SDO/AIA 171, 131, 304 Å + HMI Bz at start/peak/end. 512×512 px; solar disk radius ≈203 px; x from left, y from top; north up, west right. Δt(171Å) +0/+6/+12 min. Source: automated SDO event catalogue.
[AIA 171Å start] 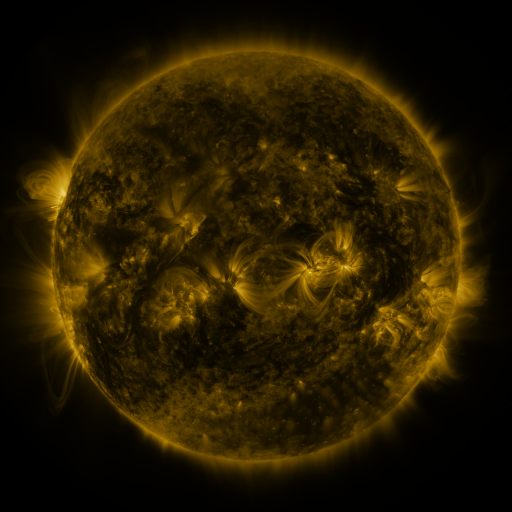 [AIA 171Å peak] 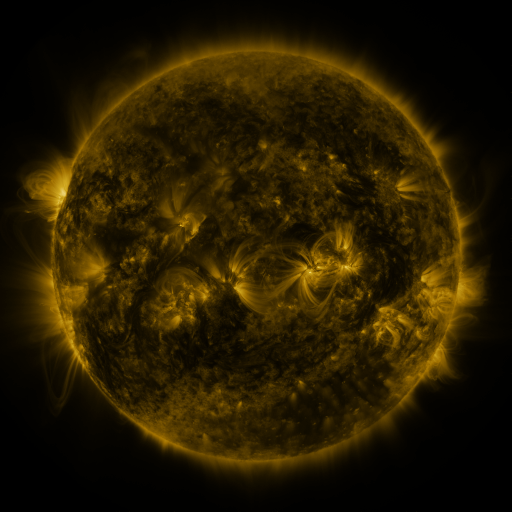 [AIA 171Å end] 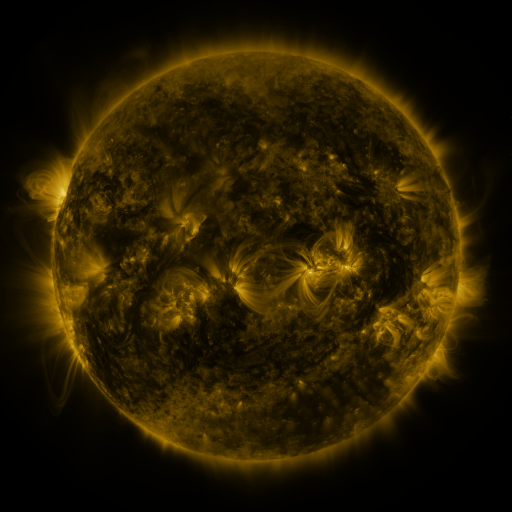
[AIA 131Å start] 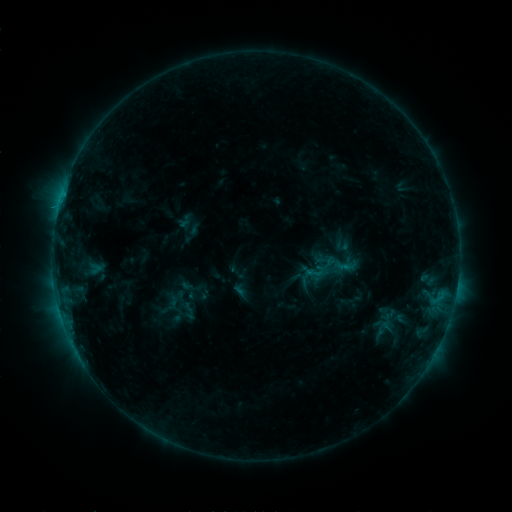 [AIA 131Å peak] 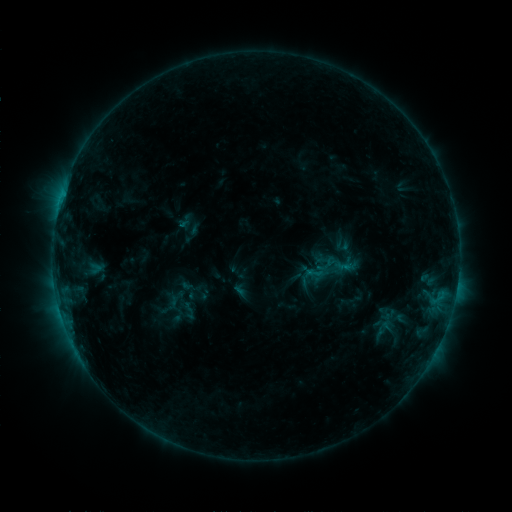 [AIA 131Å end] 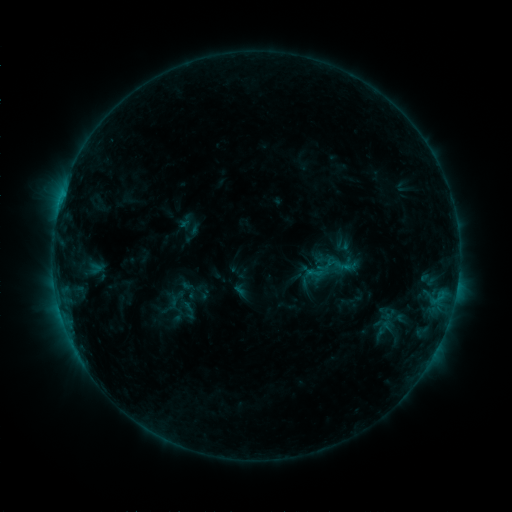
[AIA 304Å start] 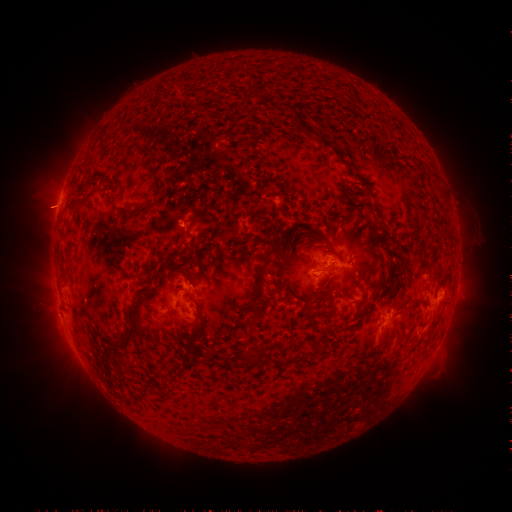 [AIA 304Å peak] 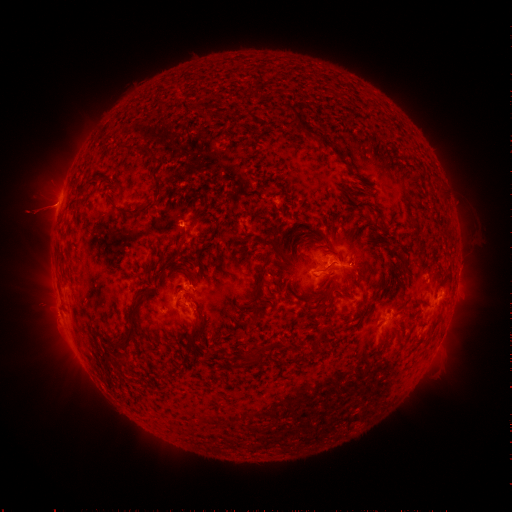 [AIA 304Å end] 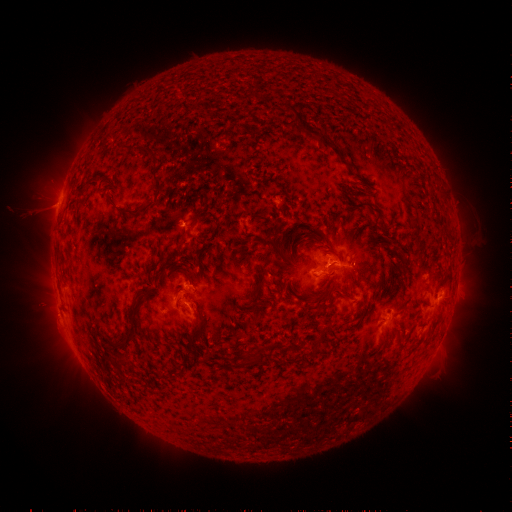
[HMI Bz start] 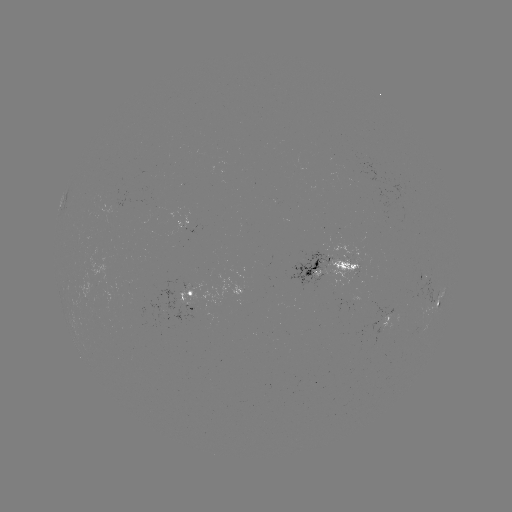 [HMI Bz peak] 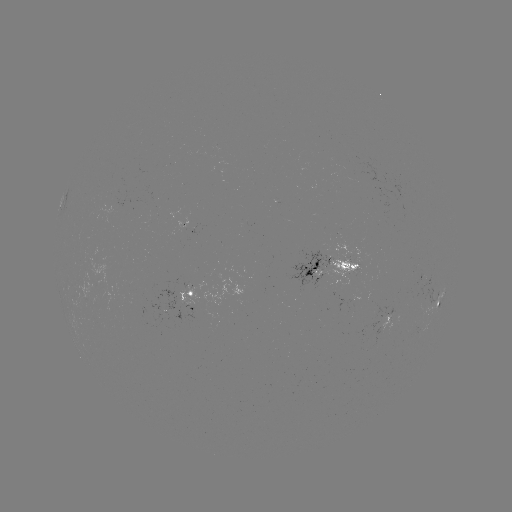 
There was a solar eruption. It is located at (44, 209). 